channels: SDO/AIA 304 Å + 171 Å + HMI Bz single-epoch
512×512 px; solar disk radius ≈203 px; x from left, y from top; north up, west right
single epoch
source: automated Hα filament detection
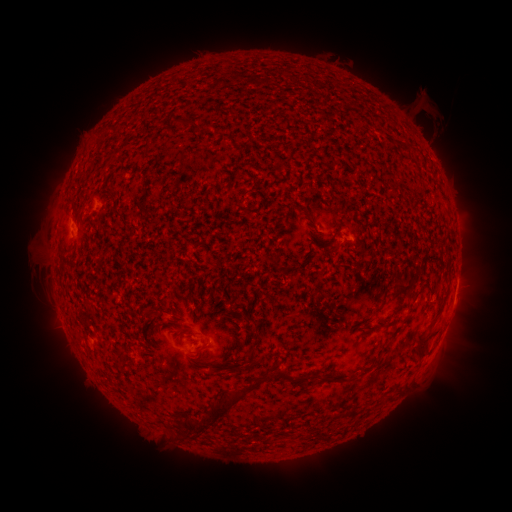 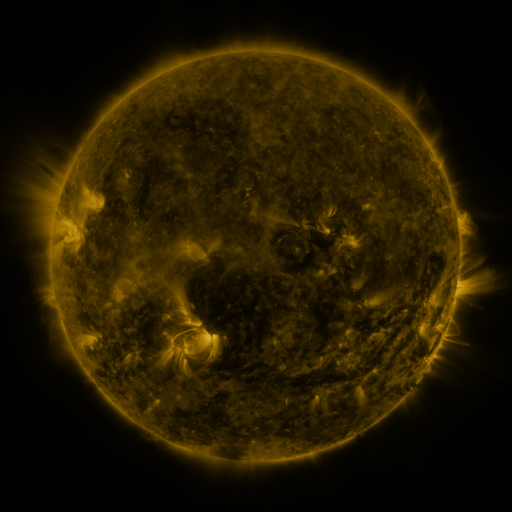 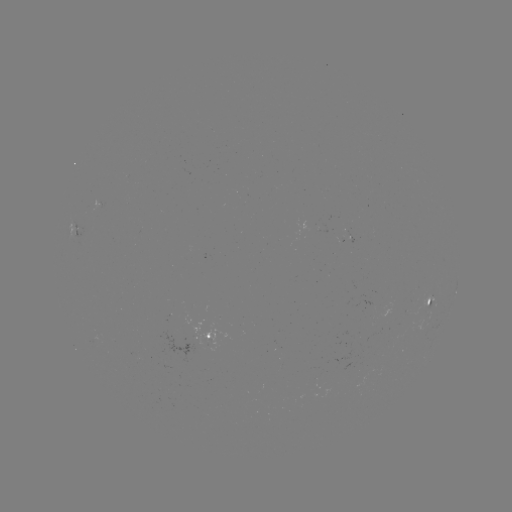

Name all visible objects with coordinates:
filament: (185, 125)
filament: (404, 286)
filament: (191, 299)
filament: (381, 300)
filament: (215, 306)
filament: (152, 314)
filament: (248, 320)
filament: (377, 325)
filament: (425, 338)
filament: (252, 358)
filament: (387, 358)
filament: (331, 378)
filament: (237, 398)
filament: (353, 411)
